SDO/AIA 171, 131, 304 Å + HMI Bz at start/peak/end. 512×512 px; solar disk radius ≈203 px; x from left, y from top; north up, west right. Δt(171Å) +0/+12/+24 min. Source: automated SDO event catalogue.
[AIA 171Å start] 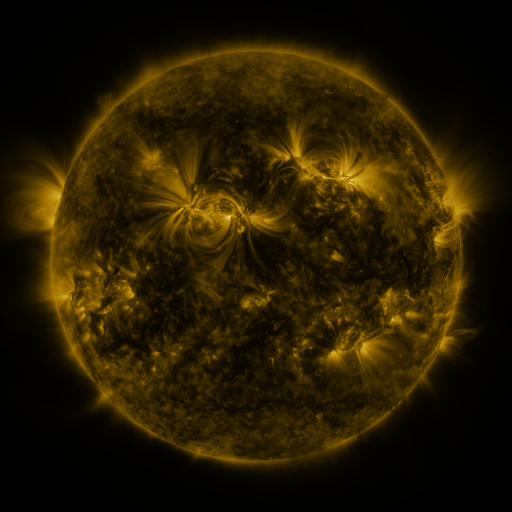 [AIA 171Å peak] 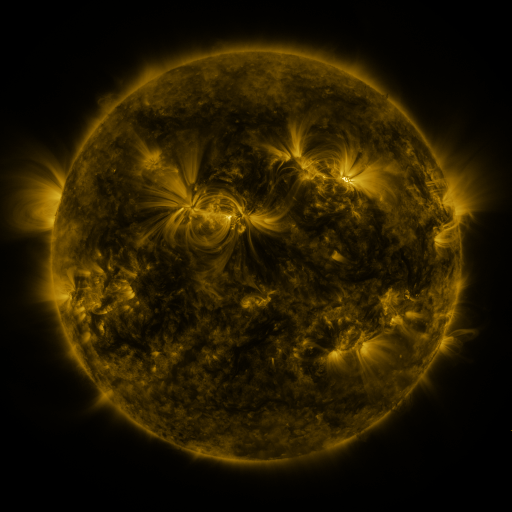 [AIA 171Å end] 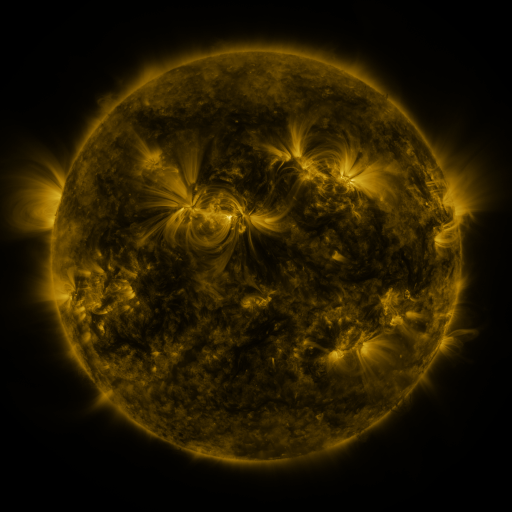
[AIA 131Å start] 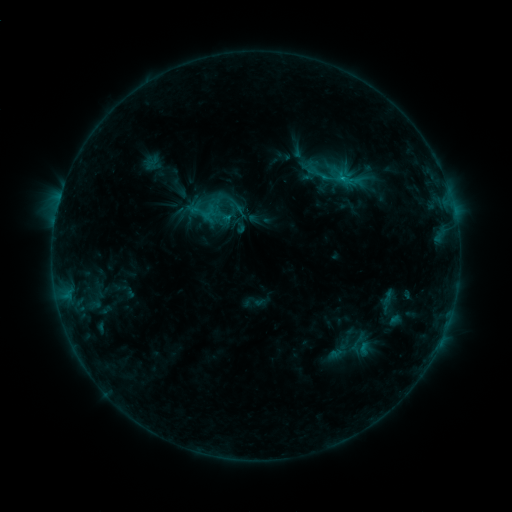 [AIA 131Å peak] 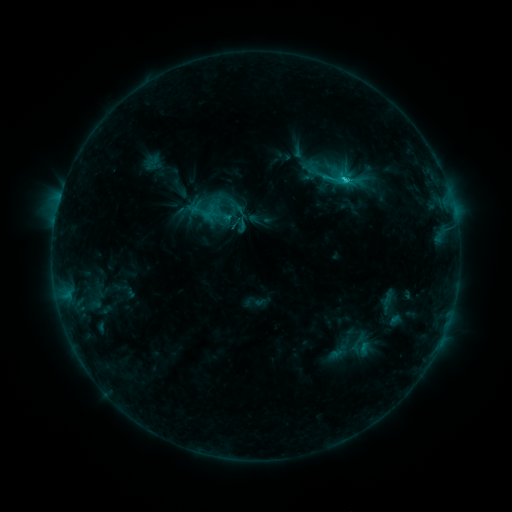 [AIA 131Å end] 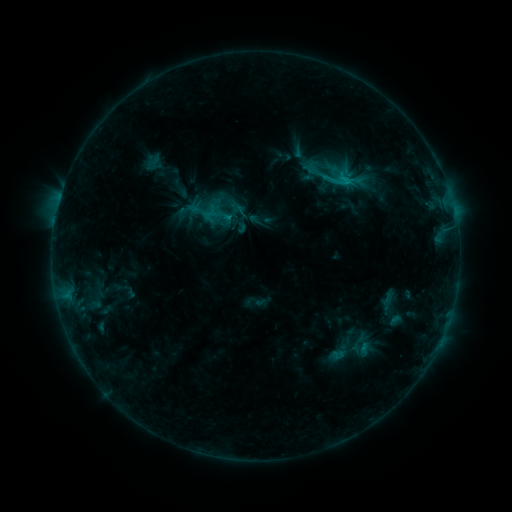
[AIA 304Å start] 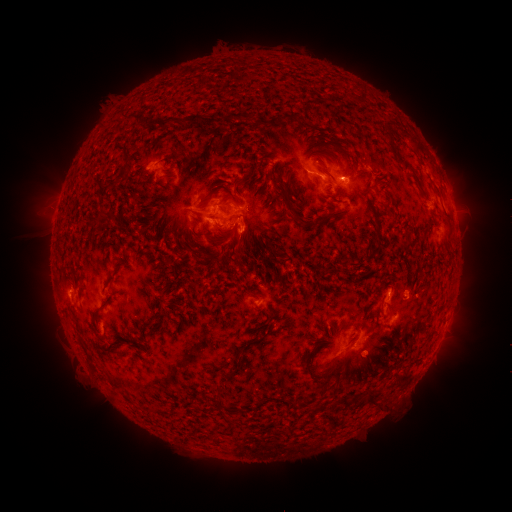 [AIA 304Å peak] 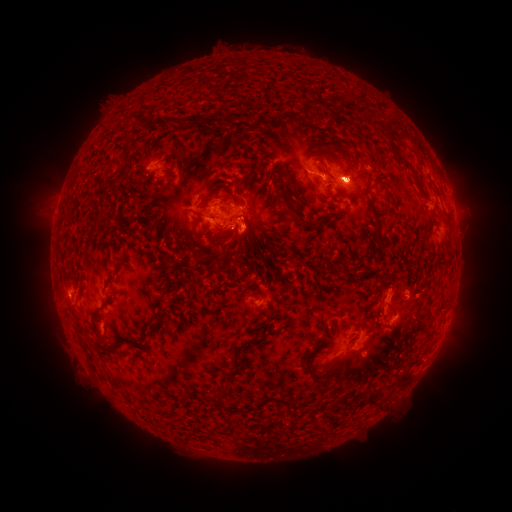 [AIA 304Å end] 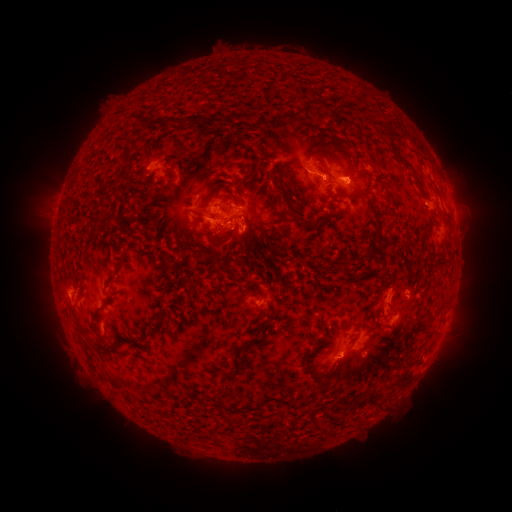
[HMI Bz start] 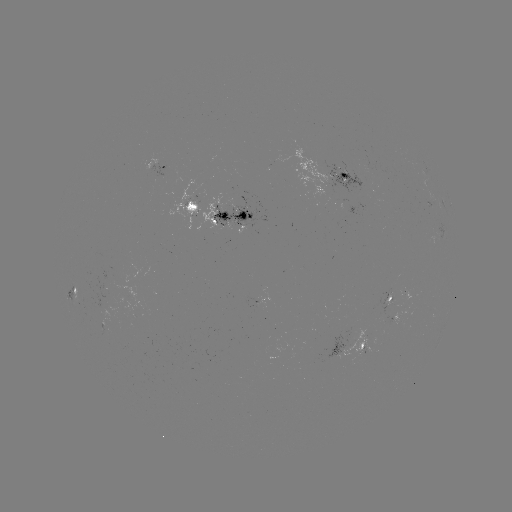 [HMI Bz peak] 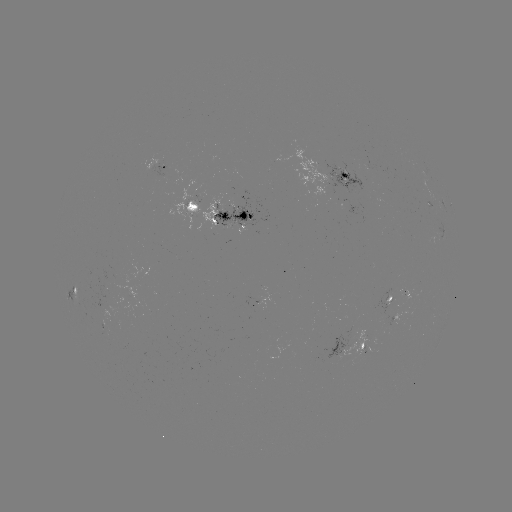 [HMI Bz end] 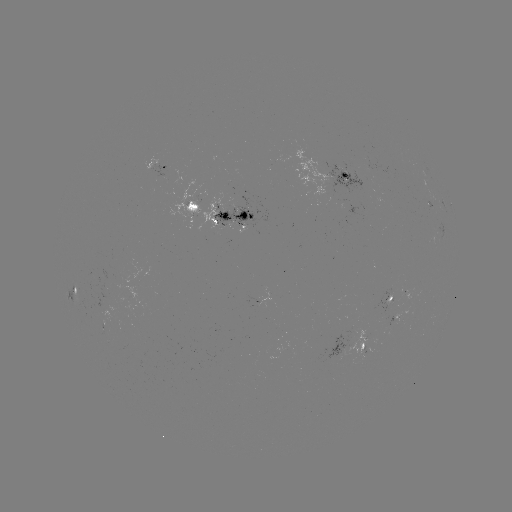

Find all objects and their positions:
C2.3 flare: (344, 183)
